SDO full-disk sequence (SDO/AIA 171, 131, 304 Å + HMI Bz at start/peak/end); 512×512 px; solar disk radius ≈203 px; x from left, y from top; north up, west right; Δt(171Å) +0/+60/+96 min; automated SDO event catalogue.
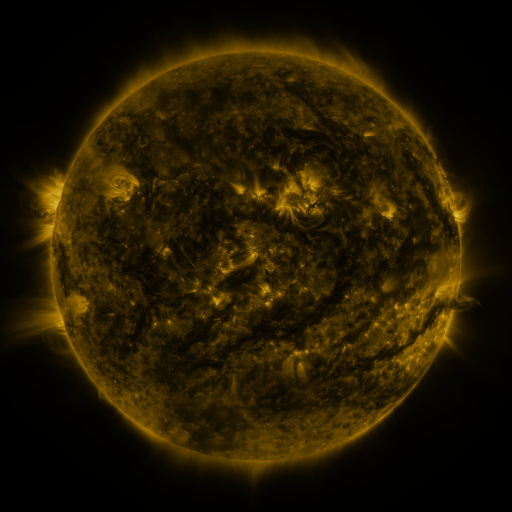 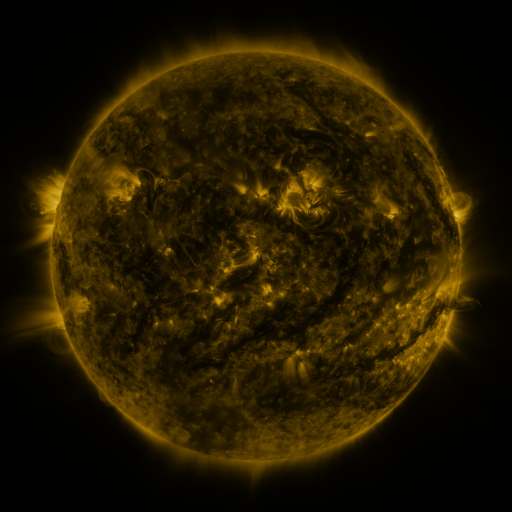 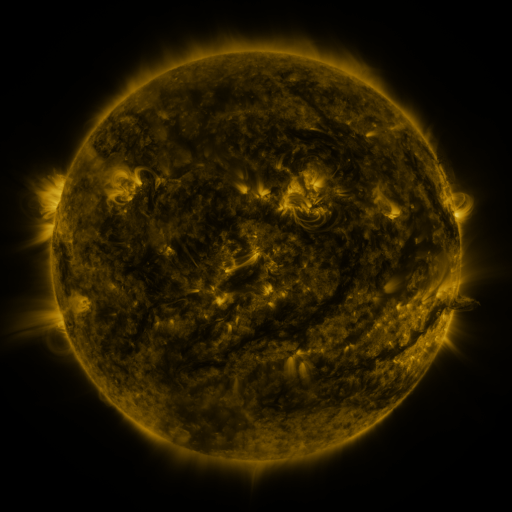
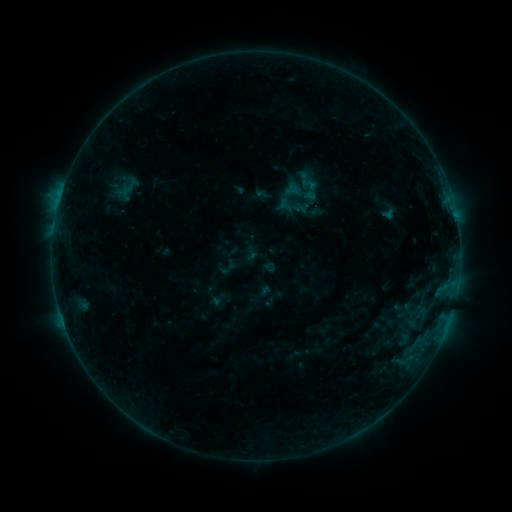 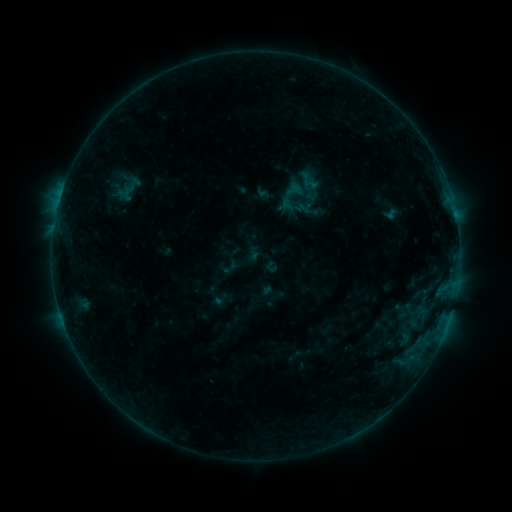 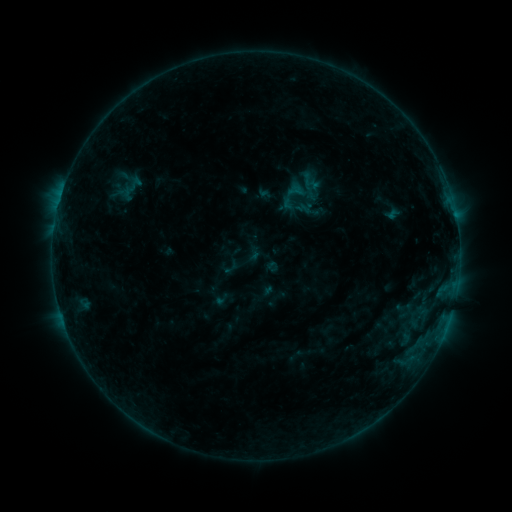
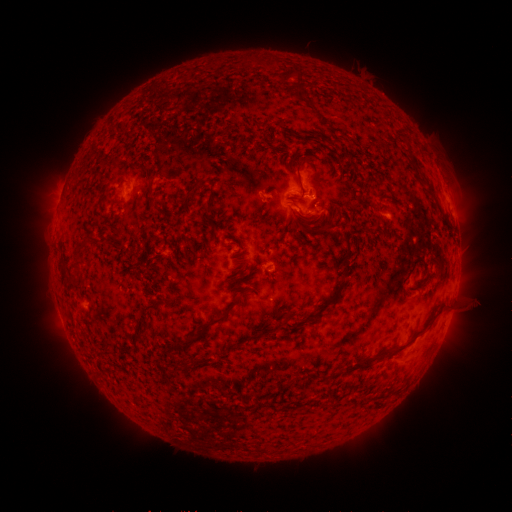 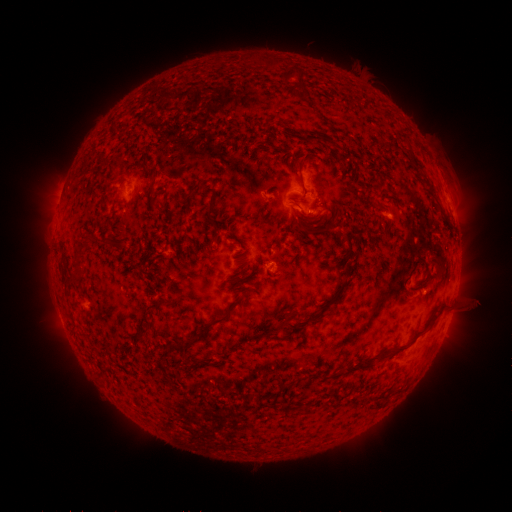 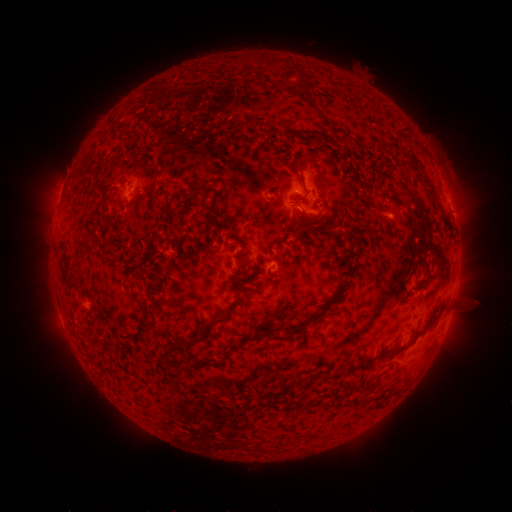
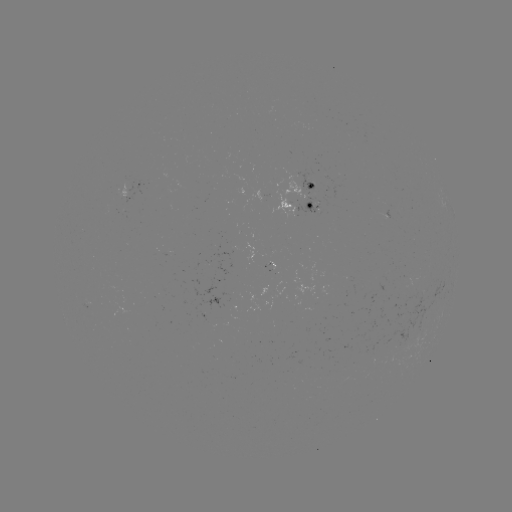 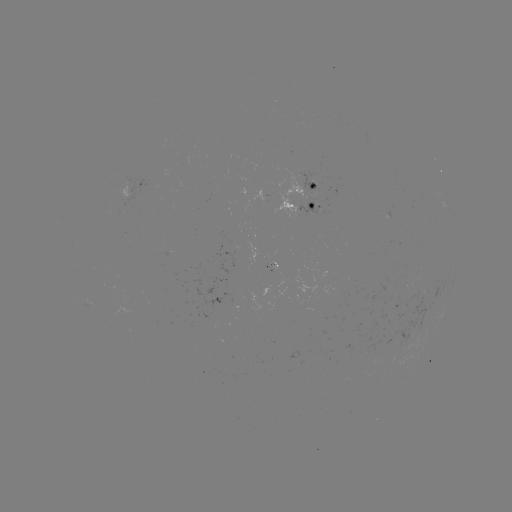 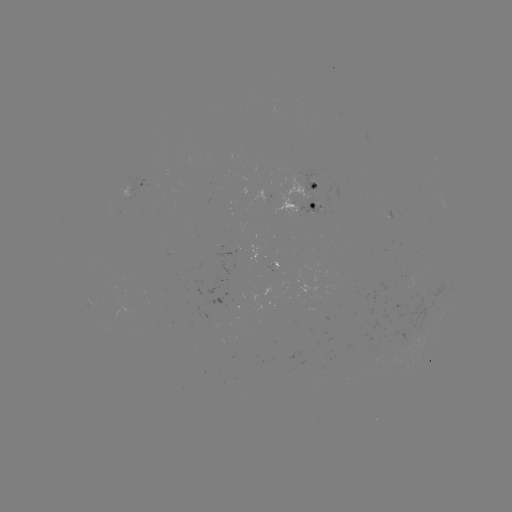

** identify emerging-flux region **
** (280, 196) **